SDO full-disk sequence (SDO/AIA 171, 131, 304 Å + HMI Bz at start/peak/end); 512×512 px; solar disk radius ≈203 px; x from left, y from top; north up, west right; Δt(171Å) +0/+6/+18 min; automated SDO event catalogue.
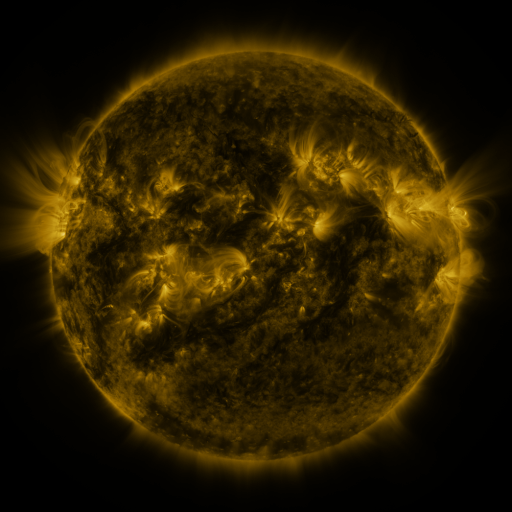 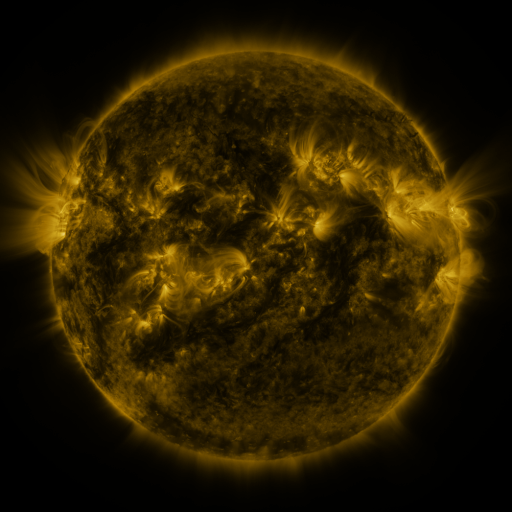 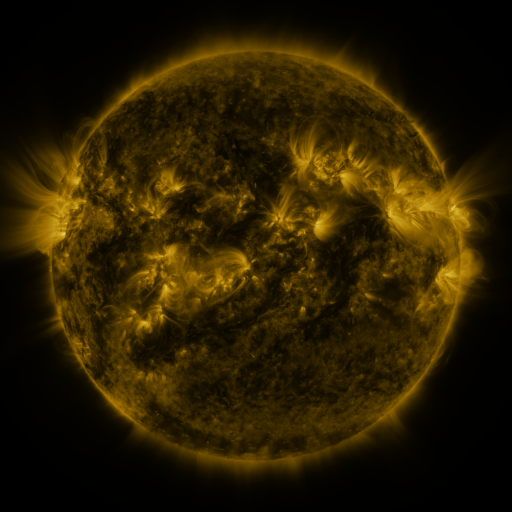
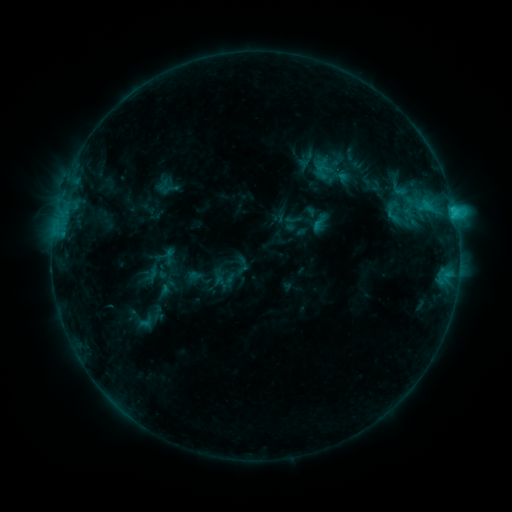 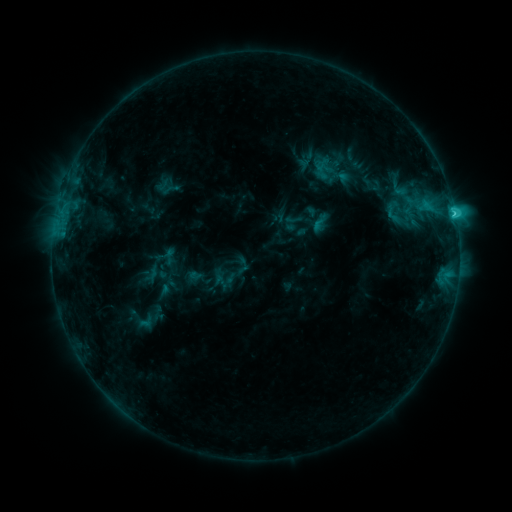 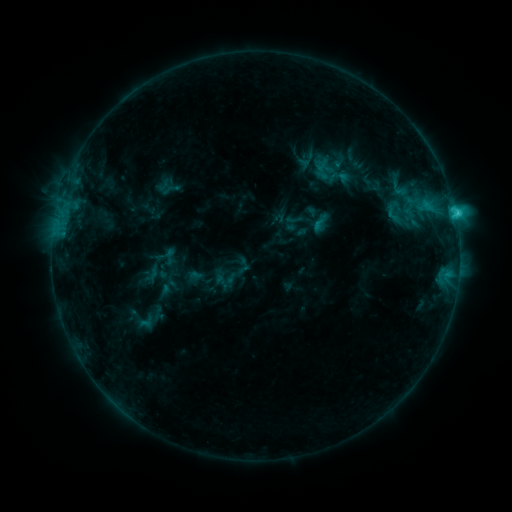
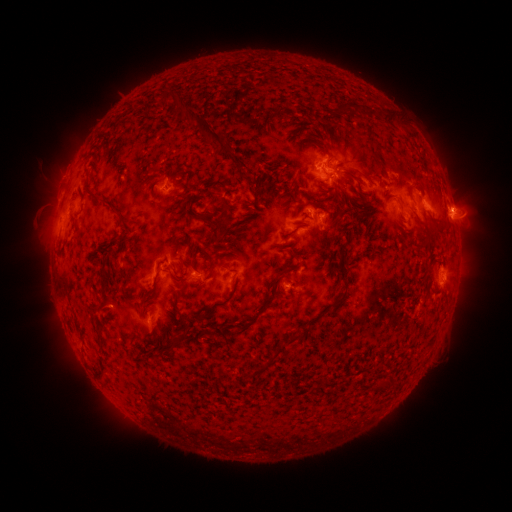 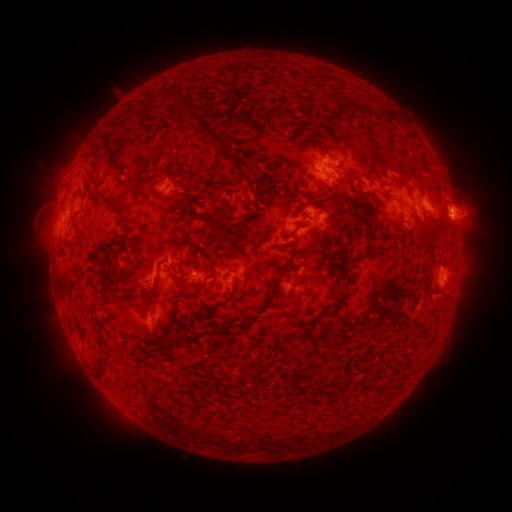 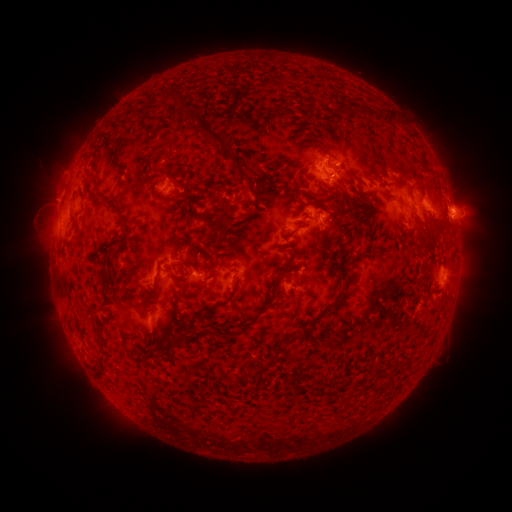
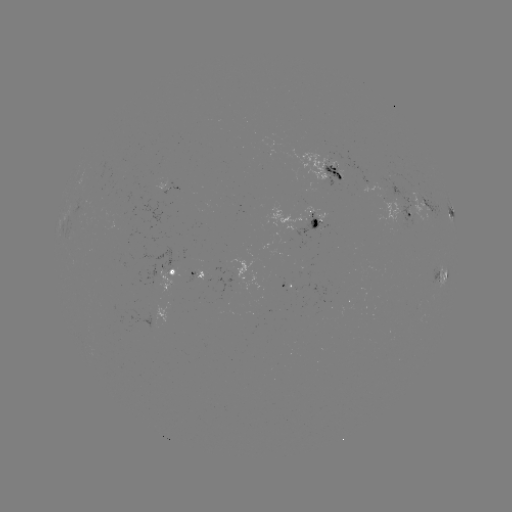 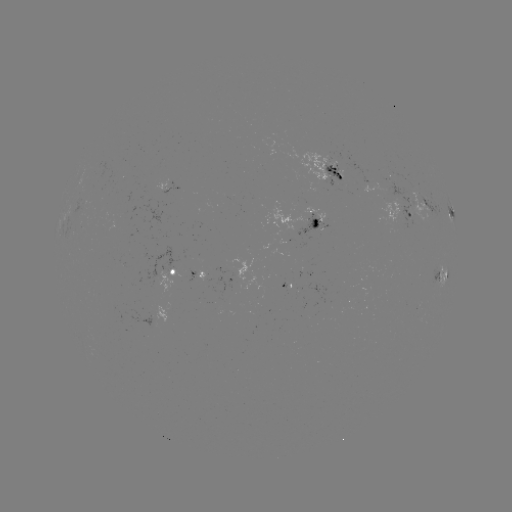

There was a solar flare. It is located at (453, 217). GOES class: C2.4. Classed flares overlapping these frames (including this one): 1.